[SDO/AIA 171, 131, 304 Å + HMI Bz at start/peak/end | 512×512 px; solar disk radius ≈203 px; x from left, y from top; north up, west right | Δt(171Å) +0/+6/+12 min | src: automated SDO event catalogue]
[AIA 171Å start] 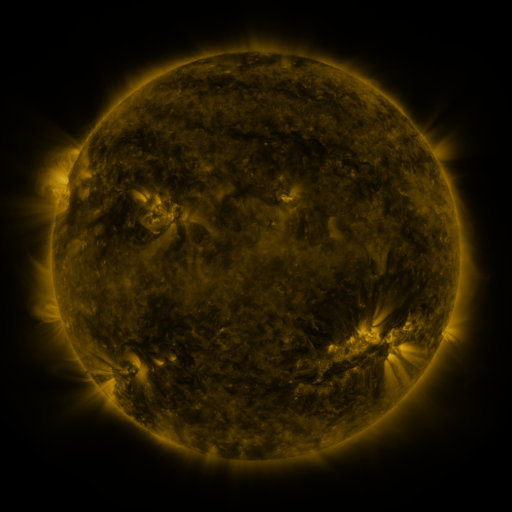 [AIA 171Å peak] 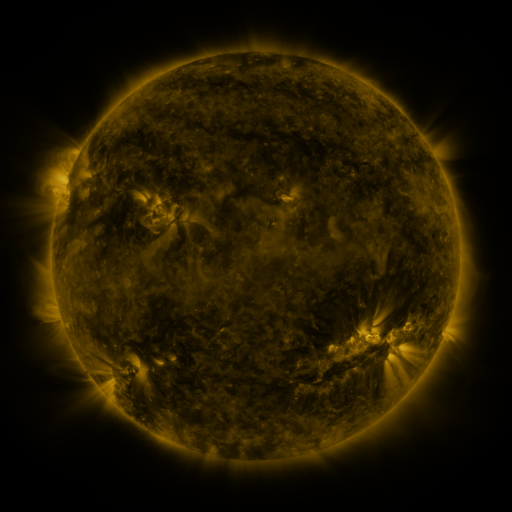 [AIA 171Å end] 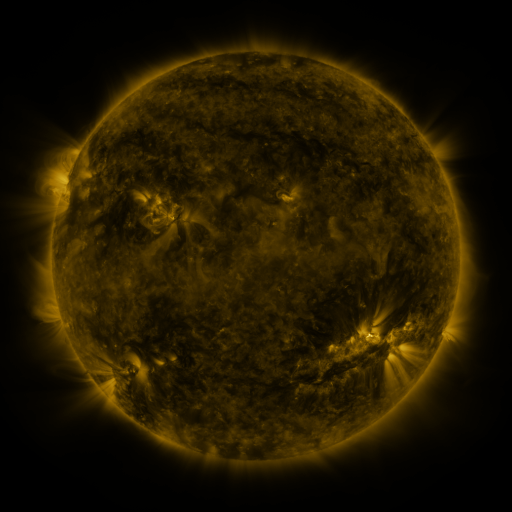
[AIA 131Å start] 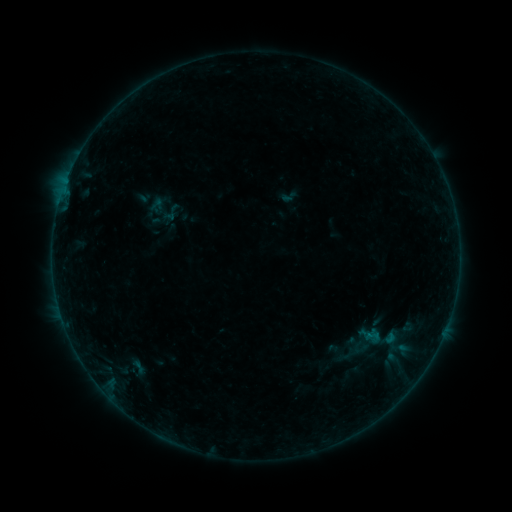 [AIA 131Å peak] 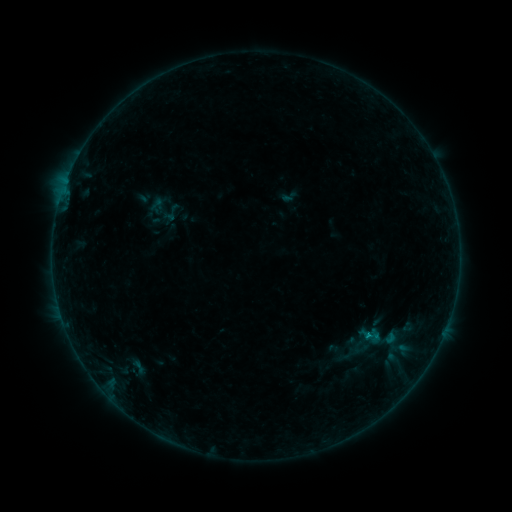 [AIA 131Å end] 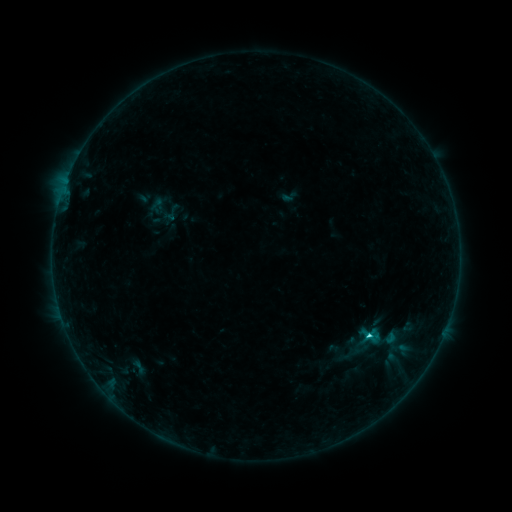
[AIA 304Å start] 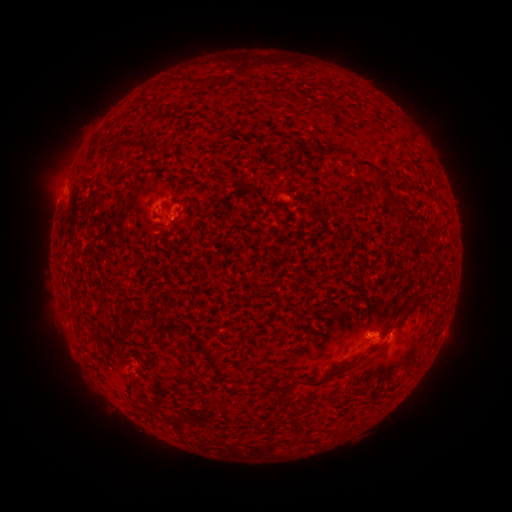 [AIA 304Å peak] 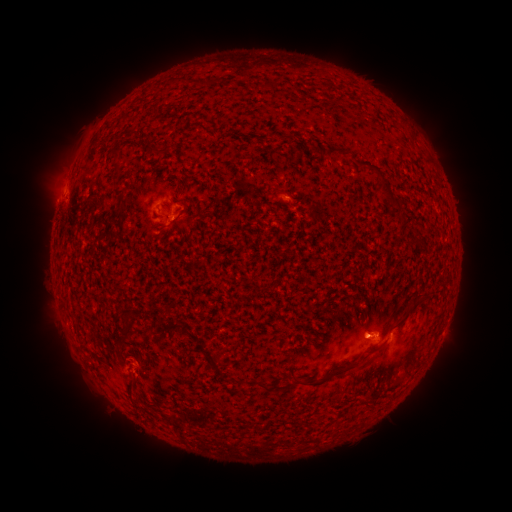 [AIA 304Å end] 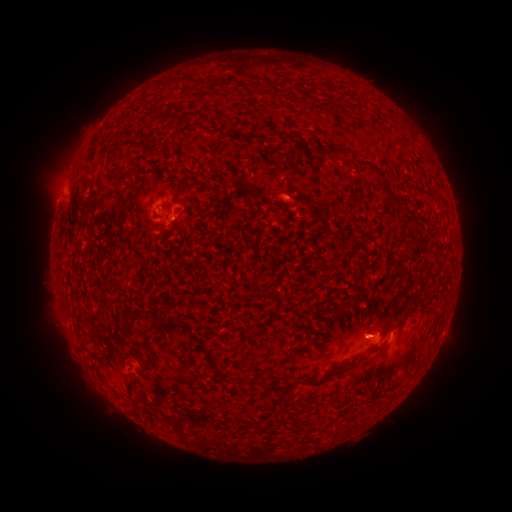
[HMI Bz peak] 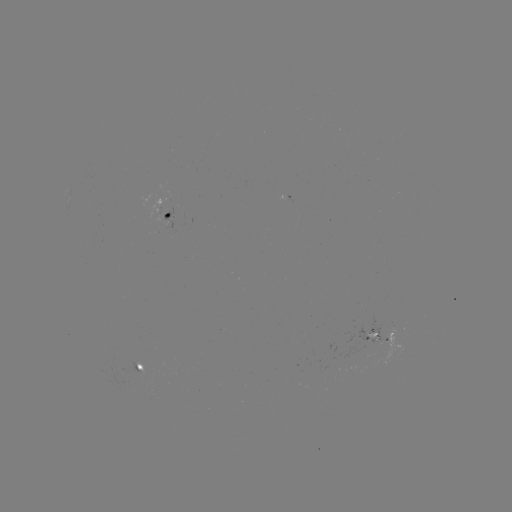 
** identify C1.6 flare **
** (366, 337) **